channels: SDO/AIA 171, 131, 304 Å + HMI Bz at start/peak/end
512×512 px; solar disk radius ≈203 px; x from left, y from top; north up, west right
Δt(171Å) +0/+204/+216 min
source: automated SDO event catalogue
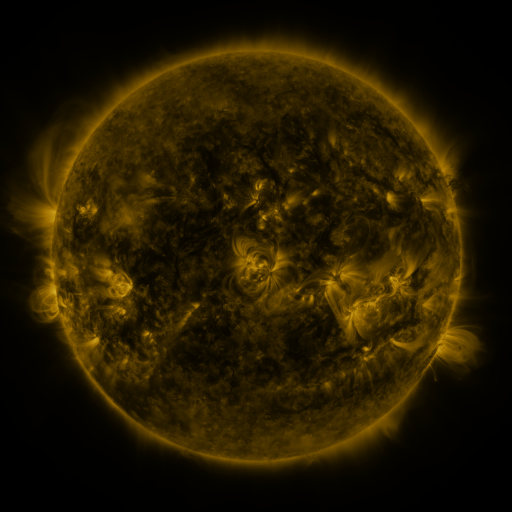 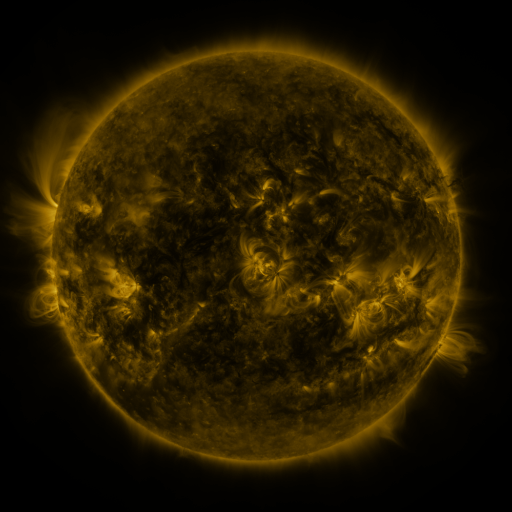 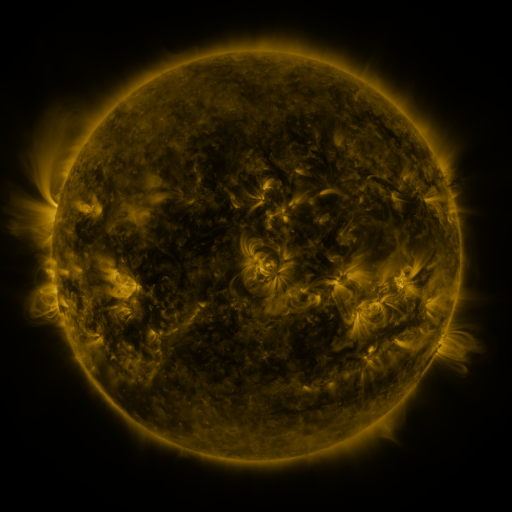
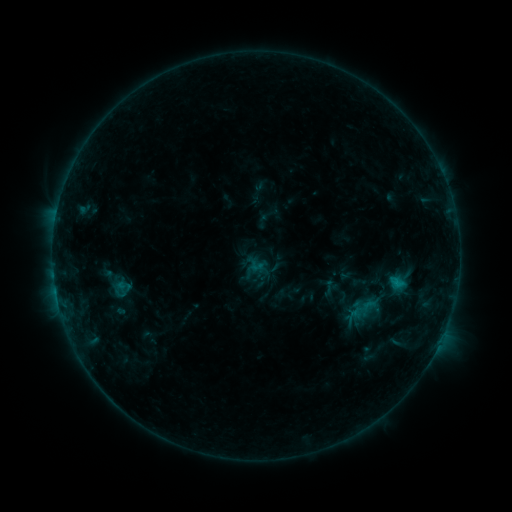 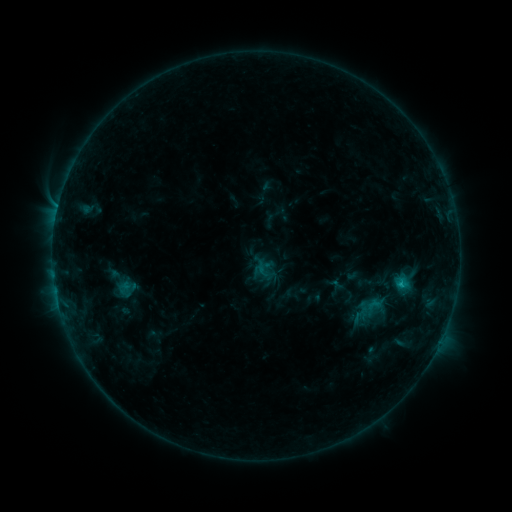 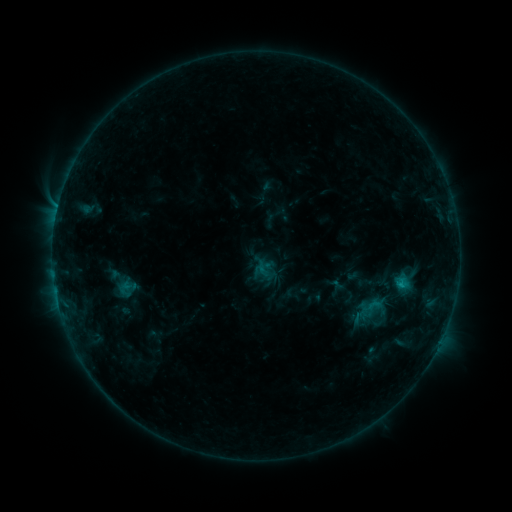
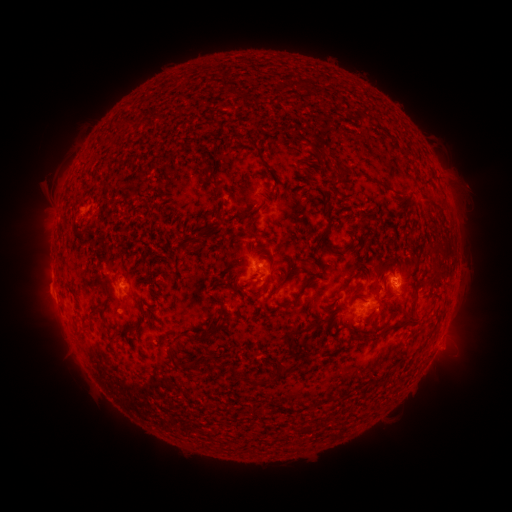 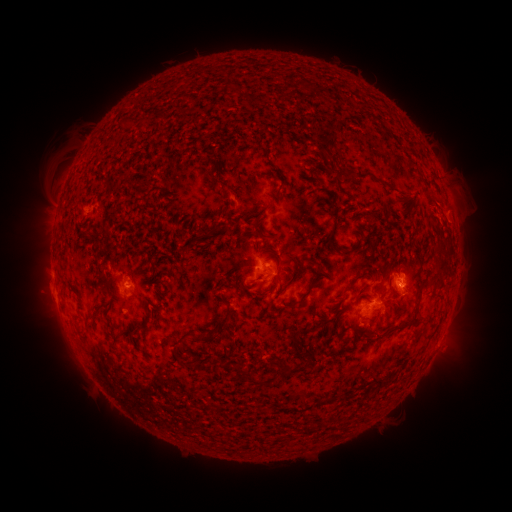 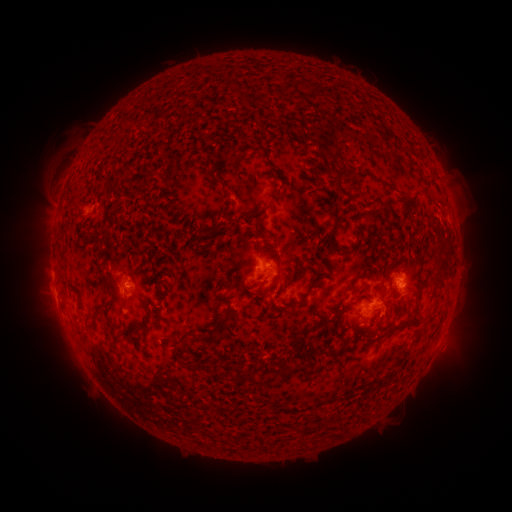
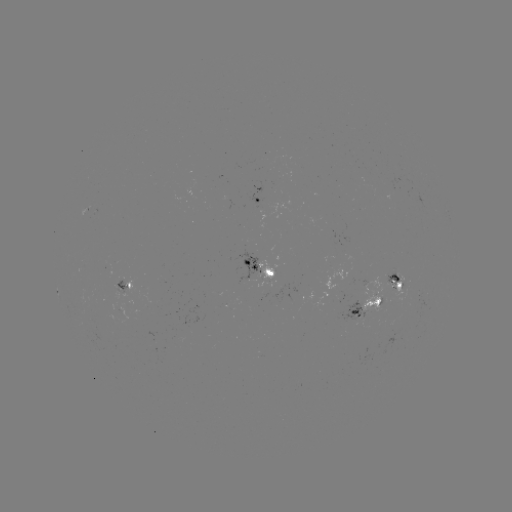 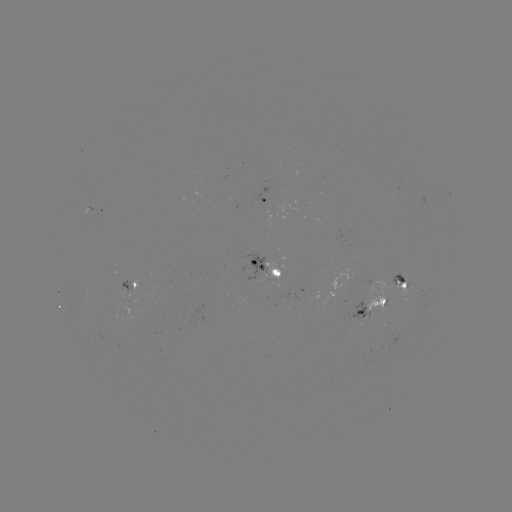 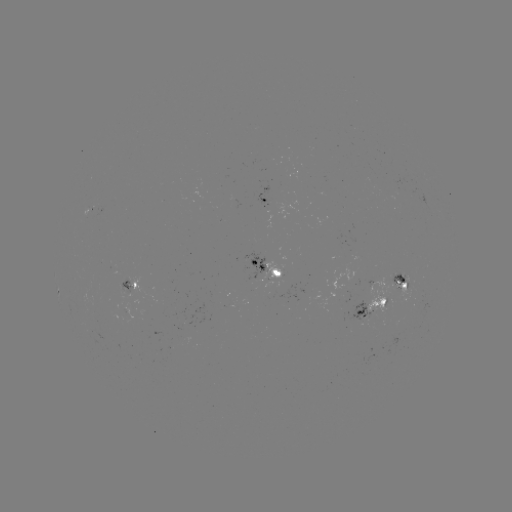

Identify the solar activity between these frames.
emerging-flux region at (401, 276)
